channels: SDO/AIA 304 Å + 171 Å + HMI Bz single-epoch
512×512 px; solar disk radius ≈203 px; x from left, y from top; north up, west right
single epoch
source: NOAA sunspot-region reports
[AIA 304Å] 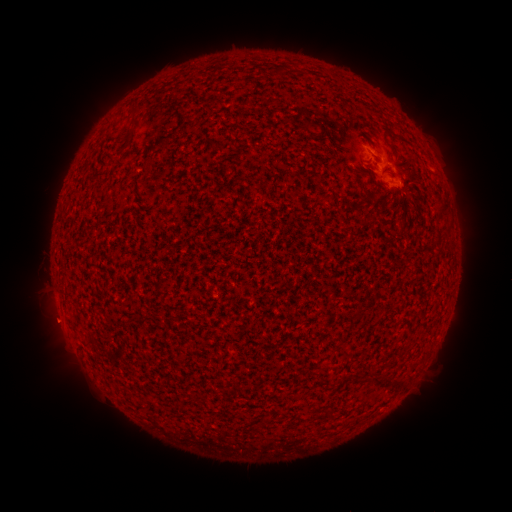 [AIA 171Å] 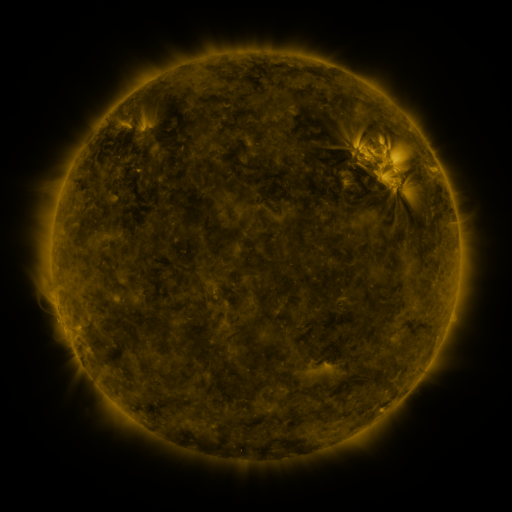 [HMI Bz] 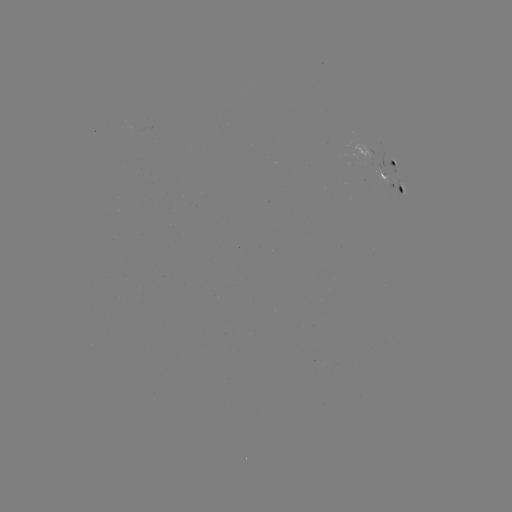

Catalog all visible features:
spotted active region: (396, 161)
spotted active region: (394, 186)
